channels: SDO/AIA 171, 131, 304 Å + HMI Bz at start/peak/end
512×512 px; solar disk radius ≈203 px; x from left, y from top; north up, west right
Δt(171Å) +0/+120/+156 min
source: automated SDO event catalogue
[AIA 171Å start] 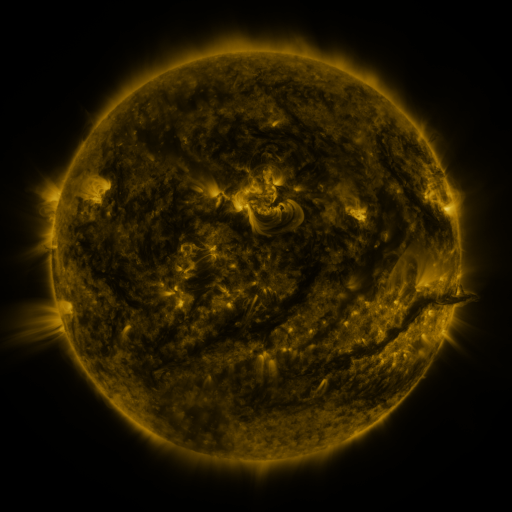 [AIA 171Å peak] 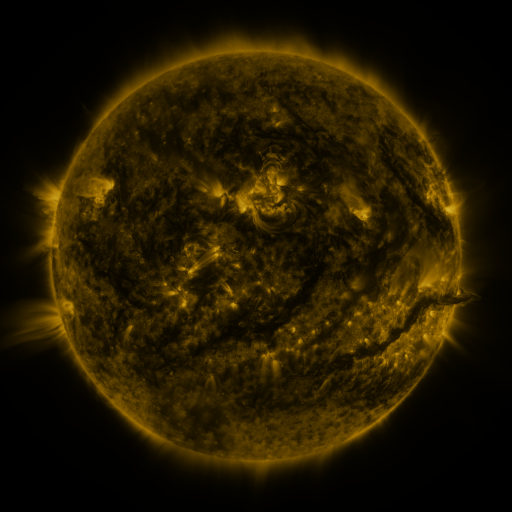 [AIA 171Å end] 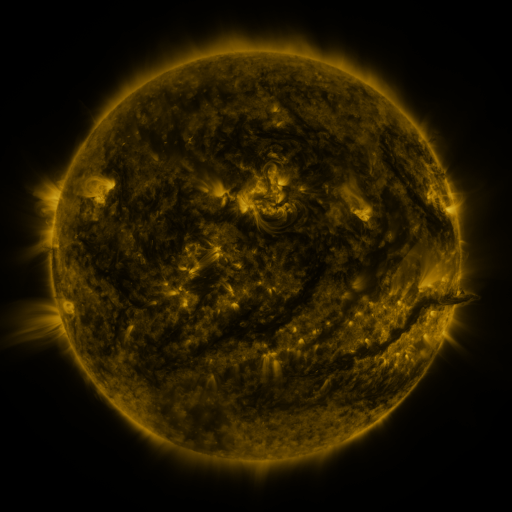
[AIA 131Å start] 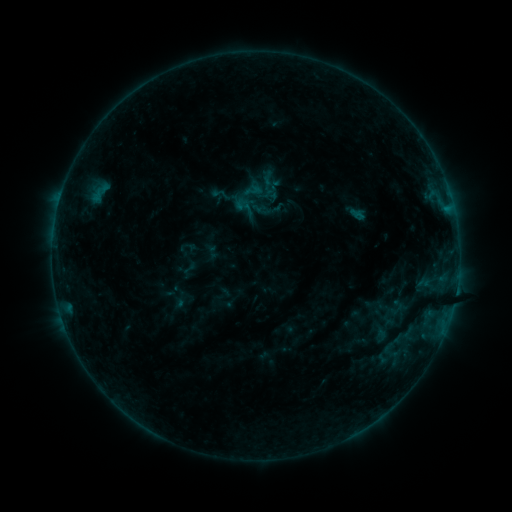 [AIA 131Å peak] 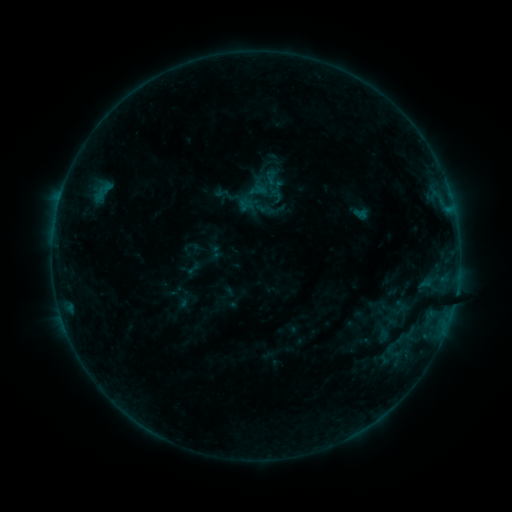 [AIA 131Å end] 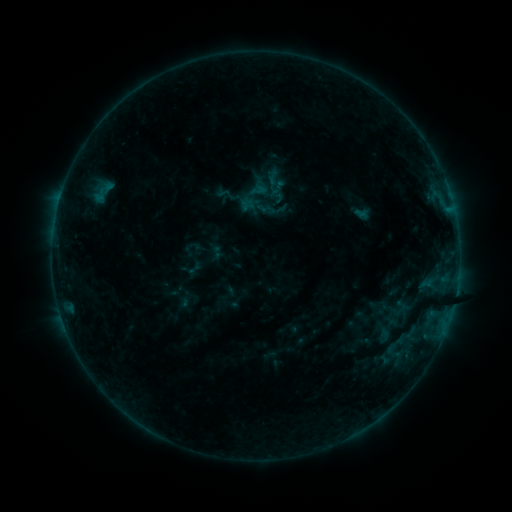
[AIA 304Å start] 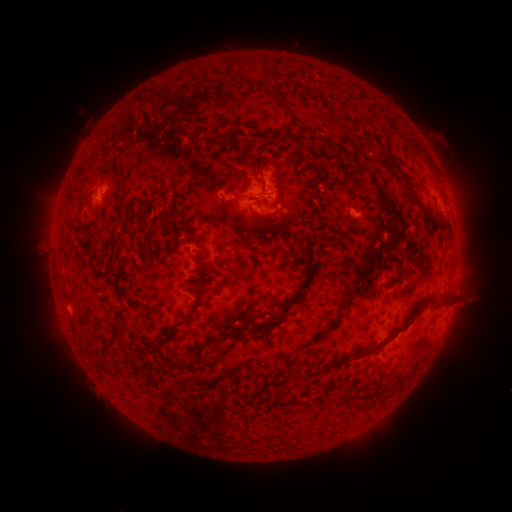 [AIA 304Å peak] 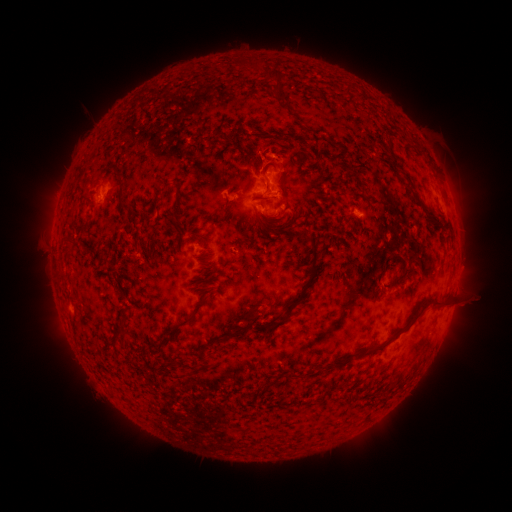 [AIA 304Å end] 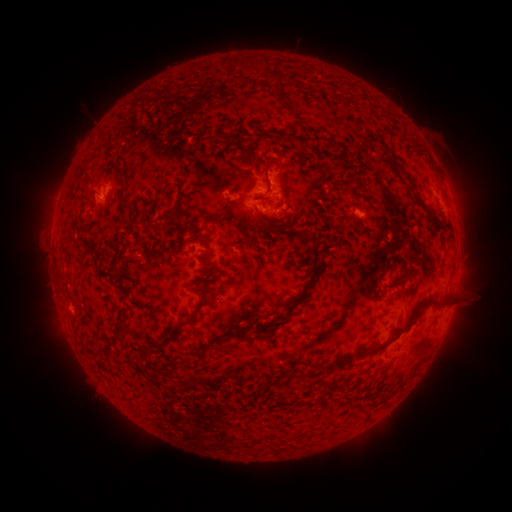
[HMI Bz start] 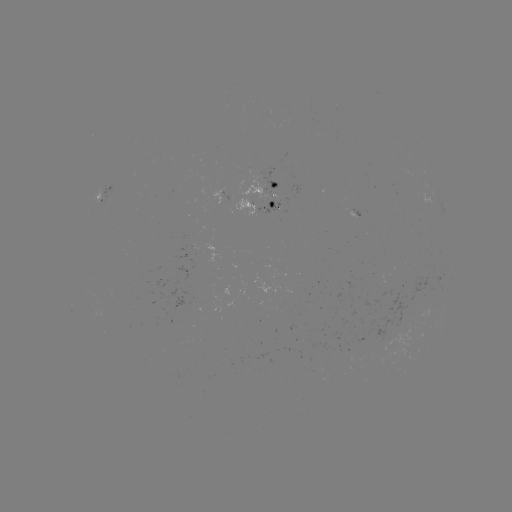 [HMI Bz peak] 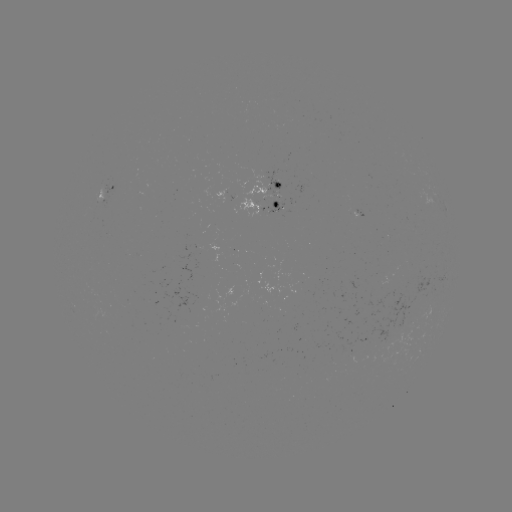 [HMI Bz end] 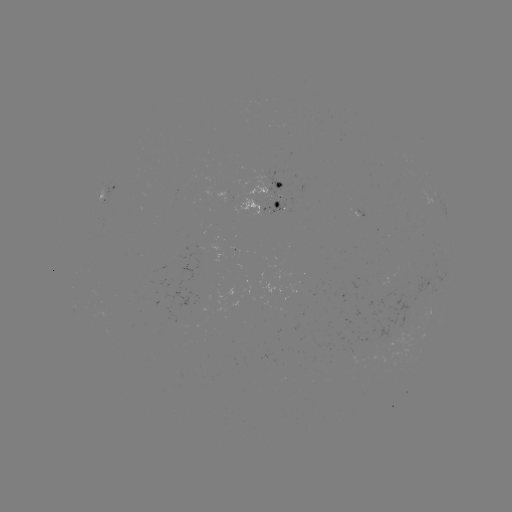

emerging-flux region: <bbox>265, 172, 282, 198</bbox>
